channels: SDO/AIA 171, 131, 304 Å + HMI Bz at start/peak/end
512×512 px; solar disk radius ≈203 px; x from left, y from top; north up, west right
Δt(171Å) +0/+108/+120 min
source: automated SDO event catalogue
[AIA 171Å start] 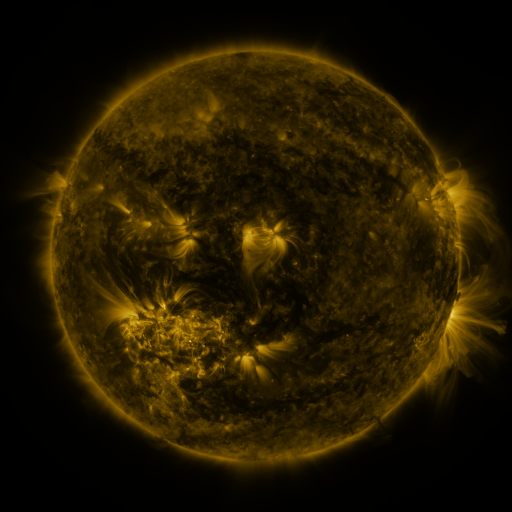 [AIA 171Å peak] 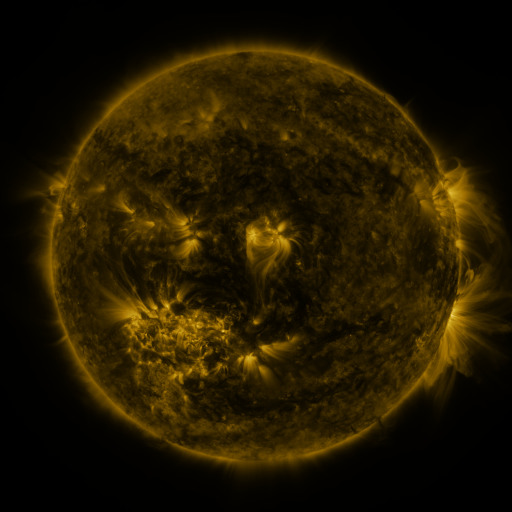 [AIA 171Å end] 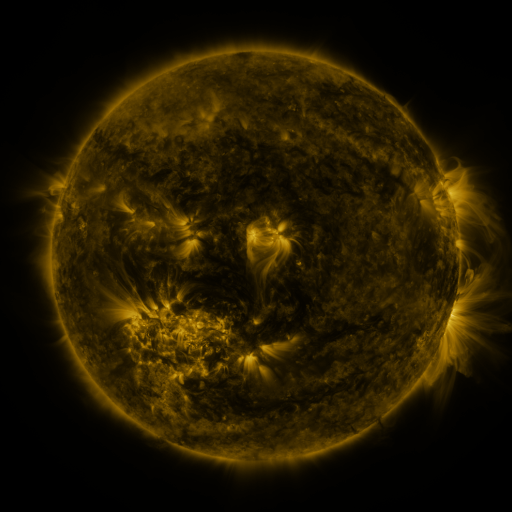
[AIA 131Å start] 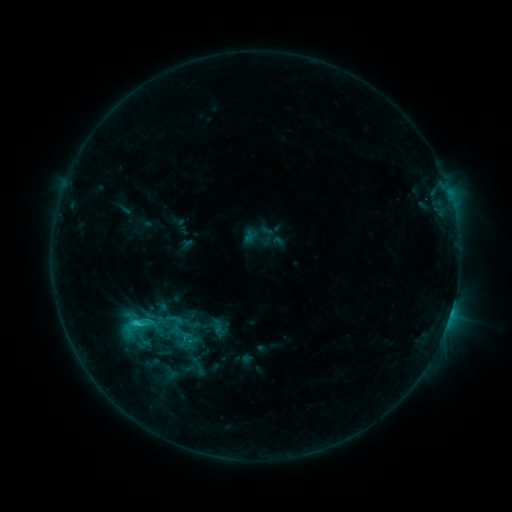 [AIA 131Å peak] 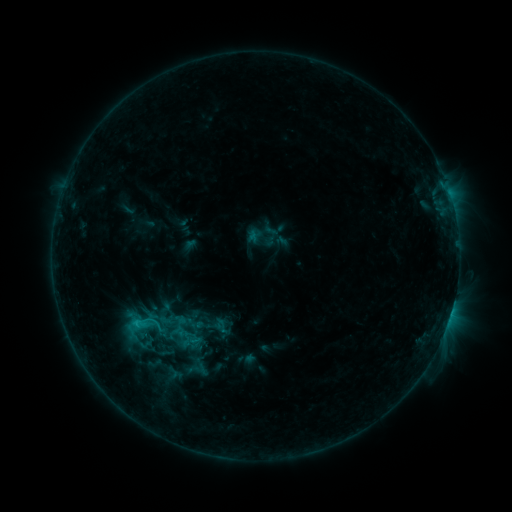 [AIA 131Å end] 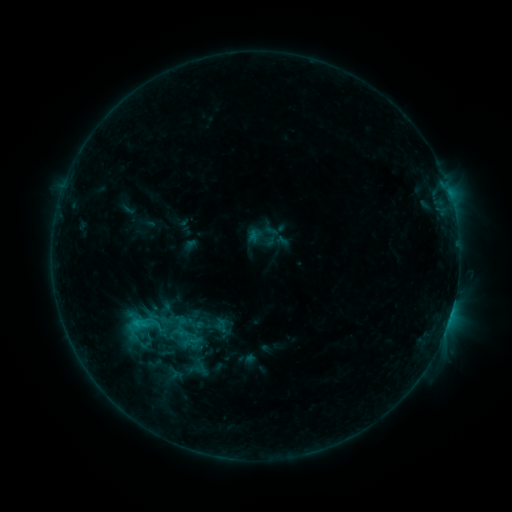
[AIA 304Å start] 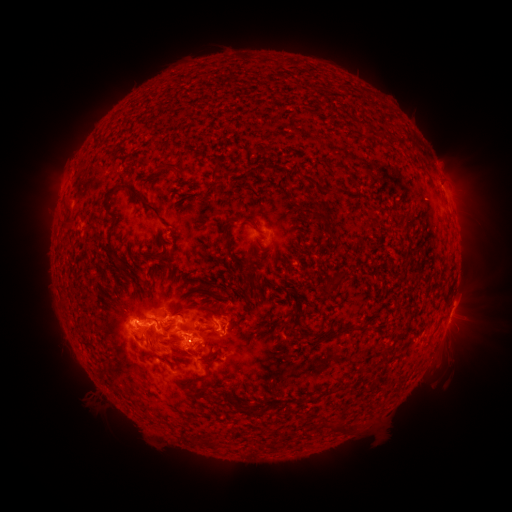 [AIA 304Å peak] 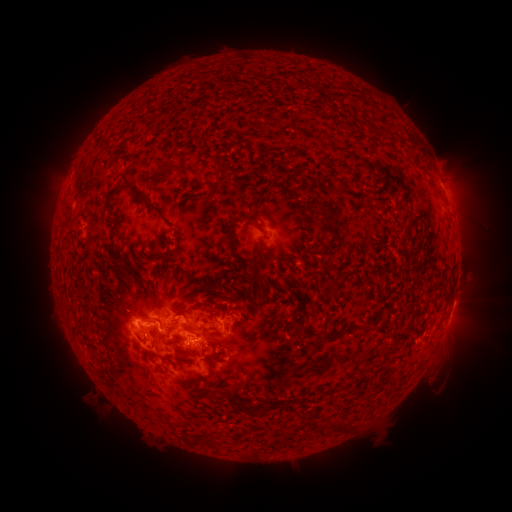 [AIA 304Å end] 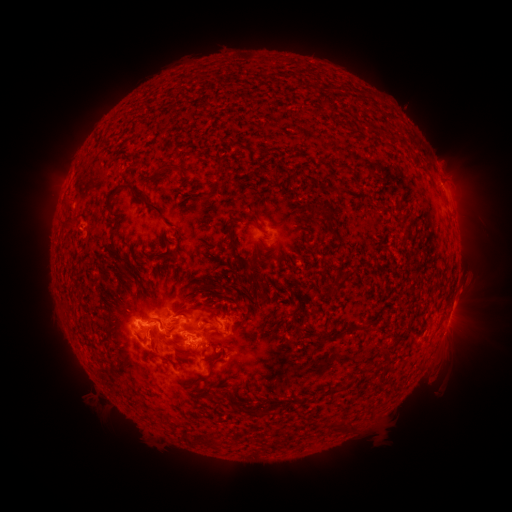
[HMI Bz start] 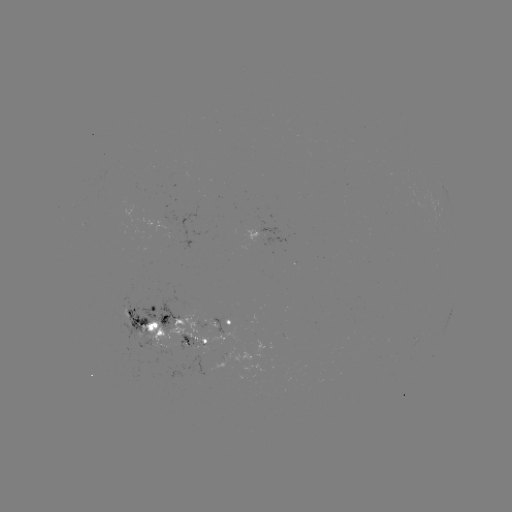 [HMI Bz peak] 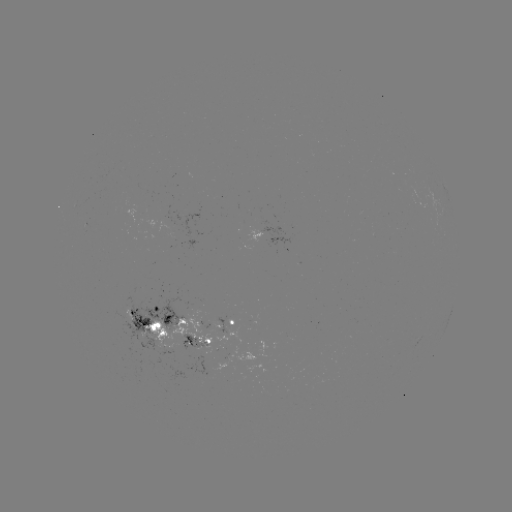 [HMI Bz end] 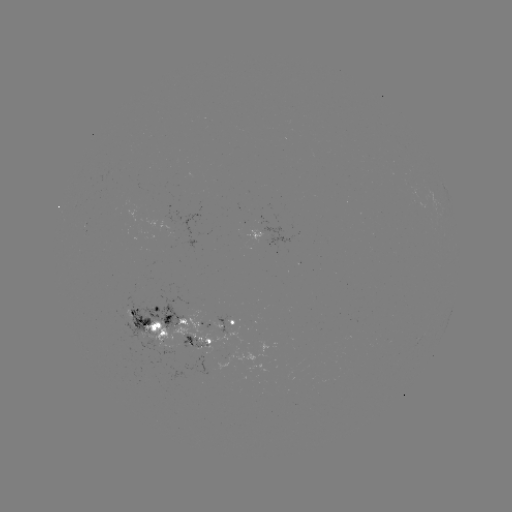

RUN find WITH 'emerging-flux region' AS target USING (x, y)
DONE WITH (187, 339) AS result